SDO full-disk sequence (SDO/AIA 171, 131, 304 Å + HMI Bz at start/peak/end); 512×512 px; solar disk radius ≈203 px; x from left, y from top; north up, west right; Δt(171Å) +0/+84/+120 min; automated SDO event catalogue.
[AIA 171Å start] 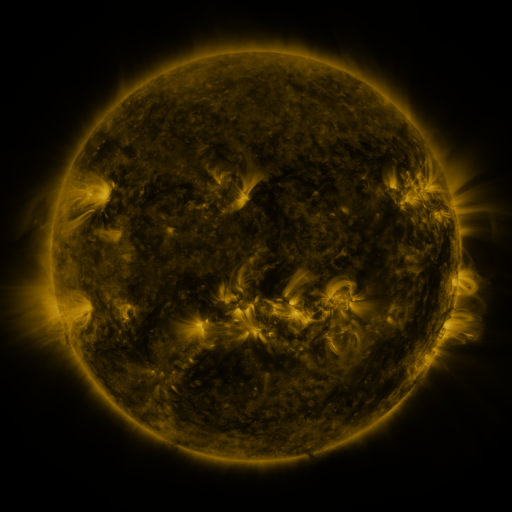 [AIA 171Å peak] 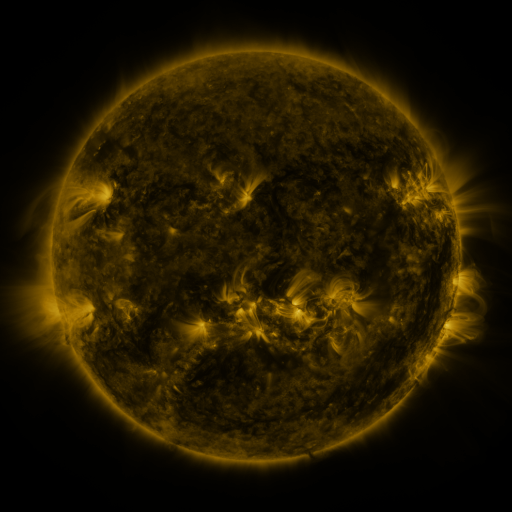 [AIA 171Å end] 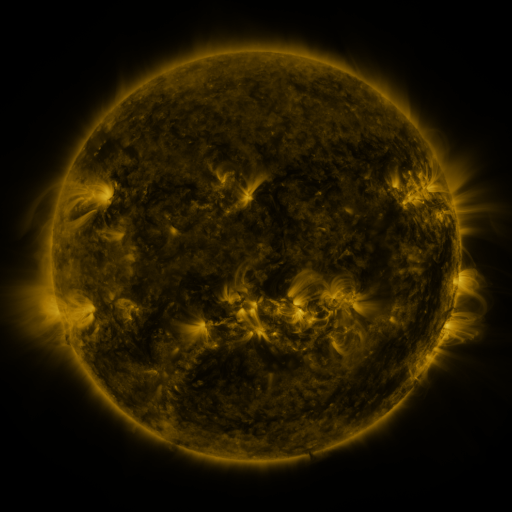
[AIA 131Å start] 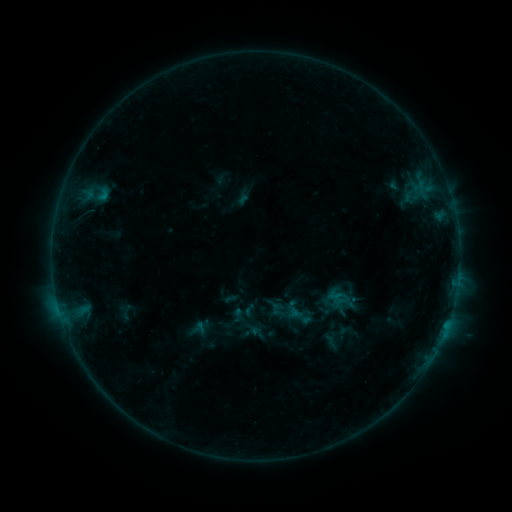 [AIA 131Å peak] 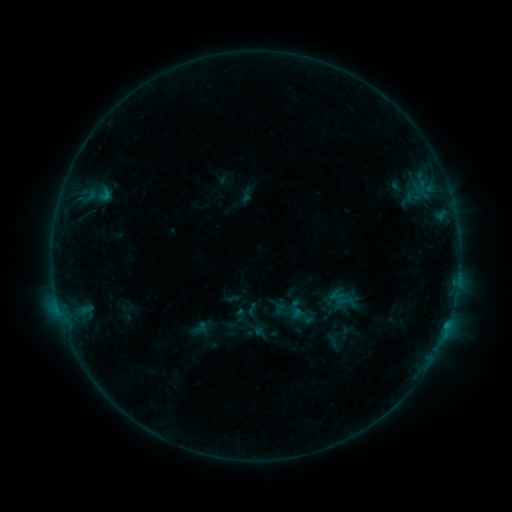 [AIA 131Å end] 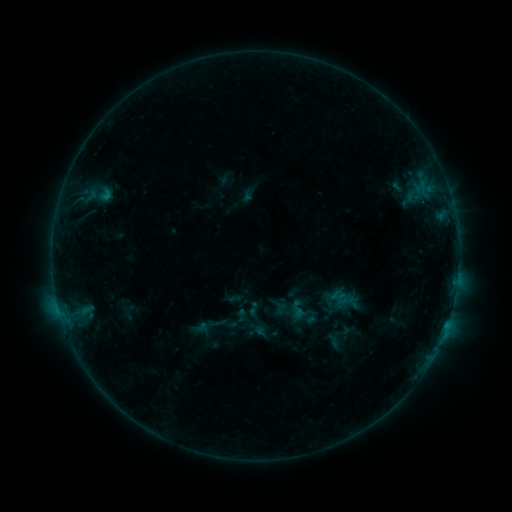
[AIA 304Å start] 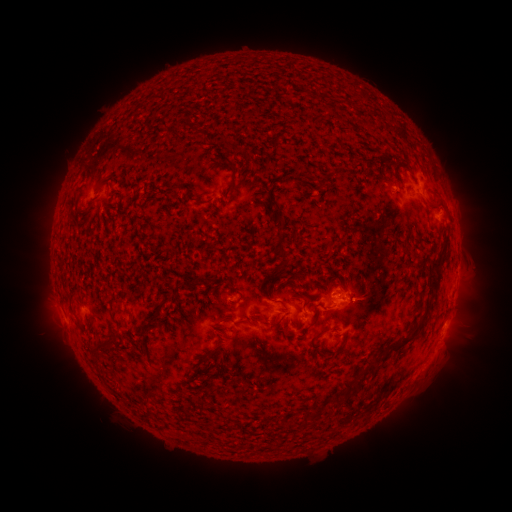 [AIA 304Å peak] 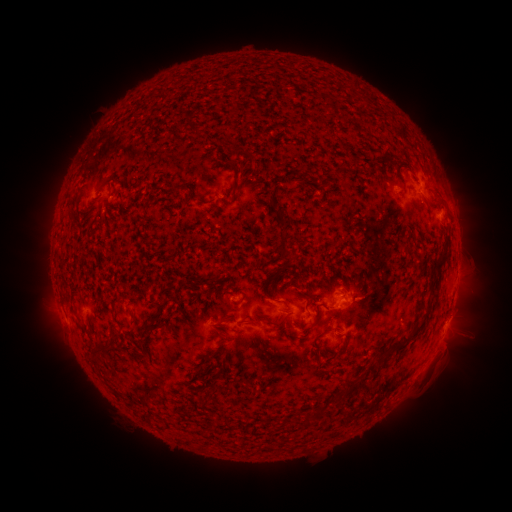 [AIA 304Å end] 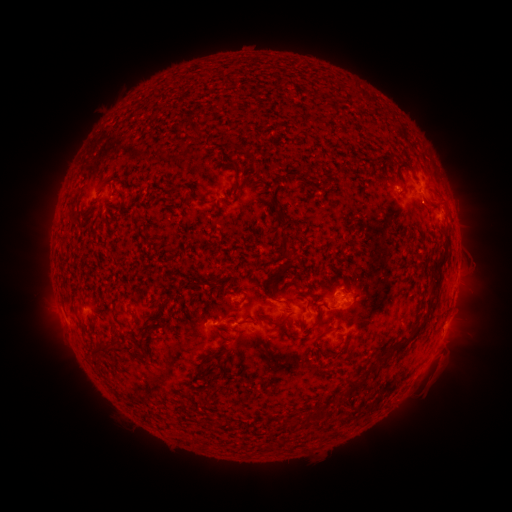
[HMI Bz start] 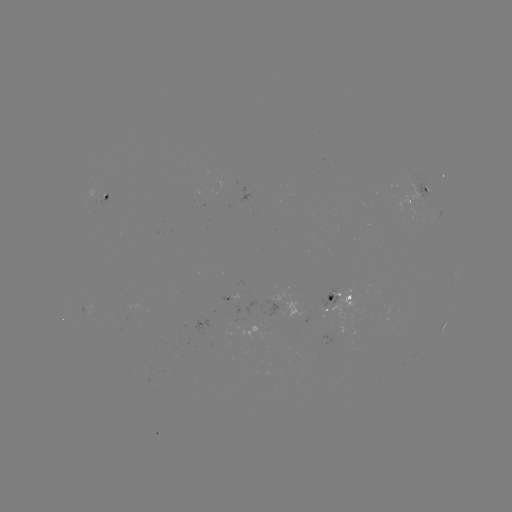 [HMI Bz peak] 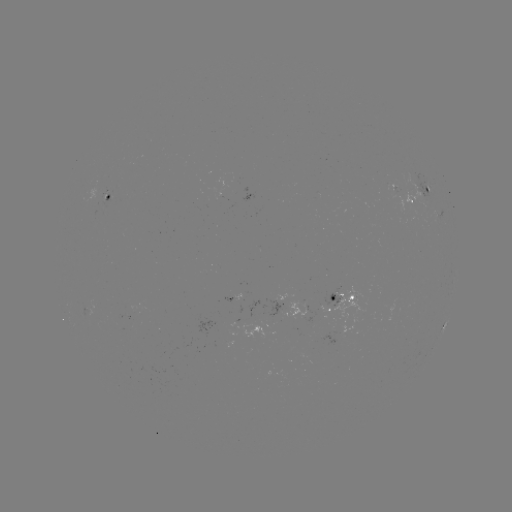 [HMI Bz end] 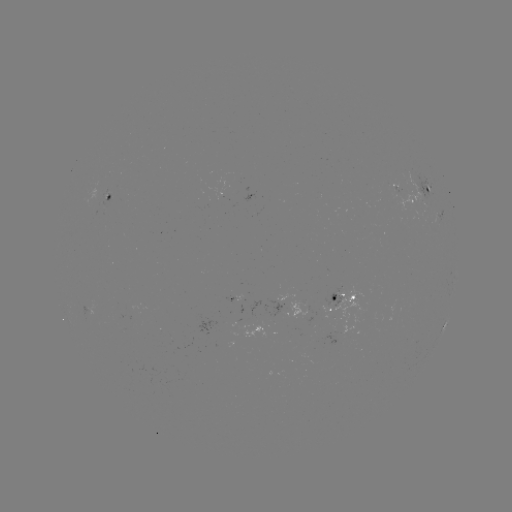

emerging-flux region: (323, 286, 341, 306)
